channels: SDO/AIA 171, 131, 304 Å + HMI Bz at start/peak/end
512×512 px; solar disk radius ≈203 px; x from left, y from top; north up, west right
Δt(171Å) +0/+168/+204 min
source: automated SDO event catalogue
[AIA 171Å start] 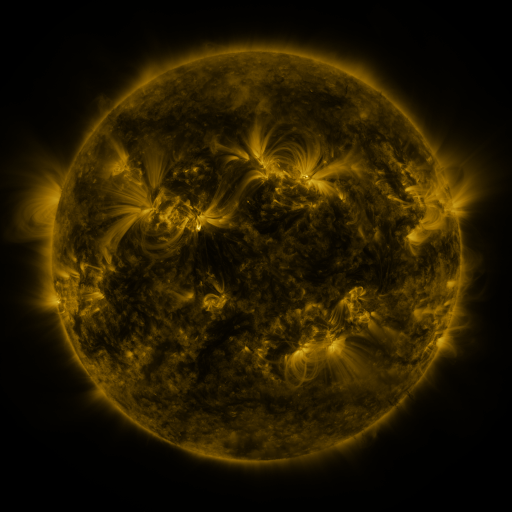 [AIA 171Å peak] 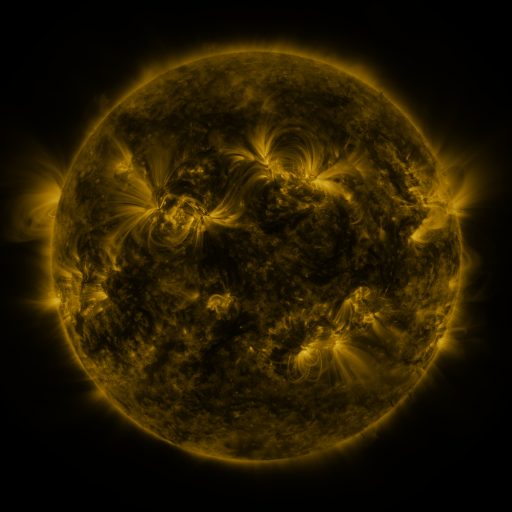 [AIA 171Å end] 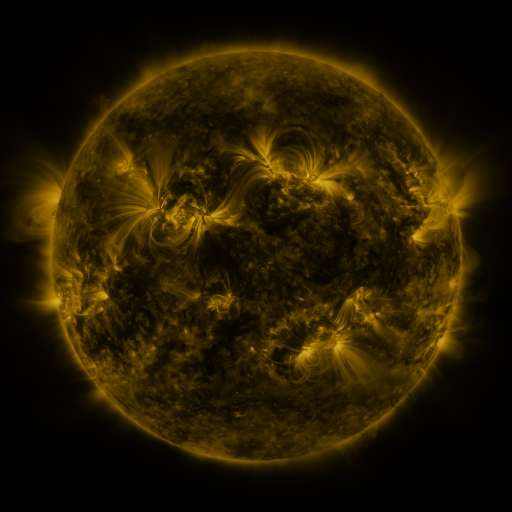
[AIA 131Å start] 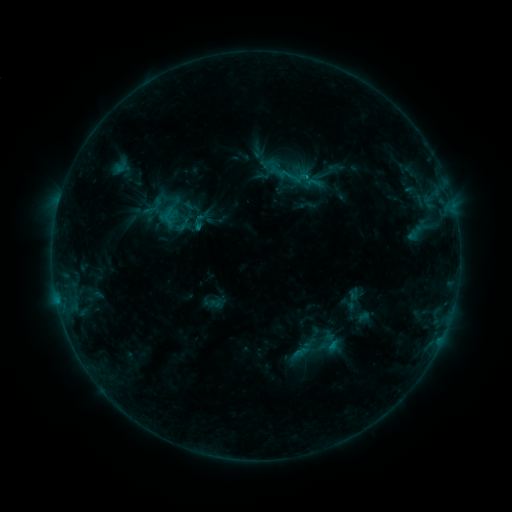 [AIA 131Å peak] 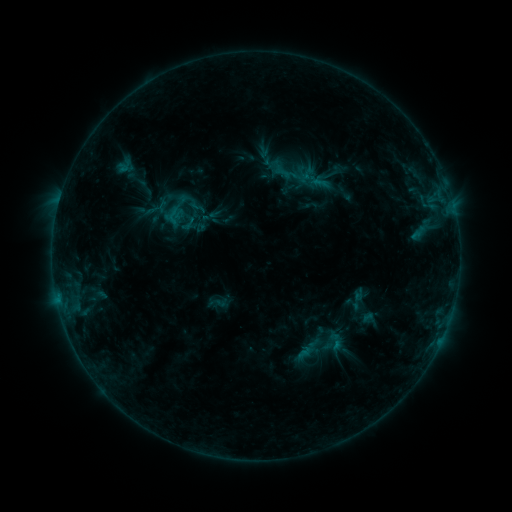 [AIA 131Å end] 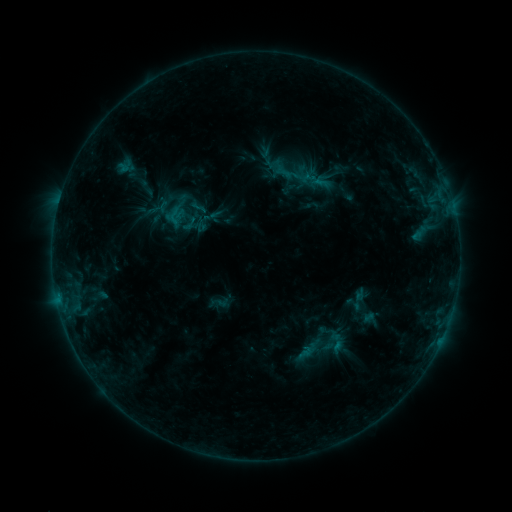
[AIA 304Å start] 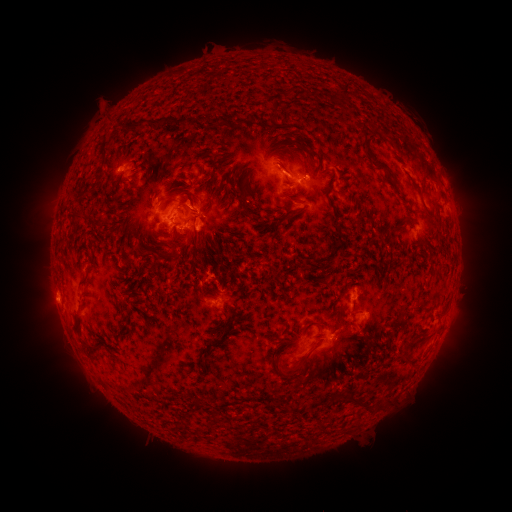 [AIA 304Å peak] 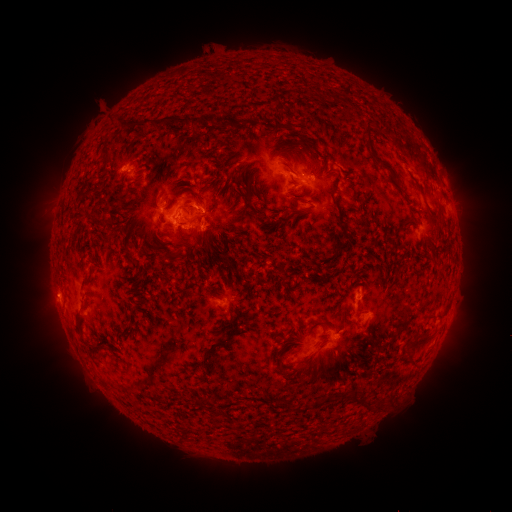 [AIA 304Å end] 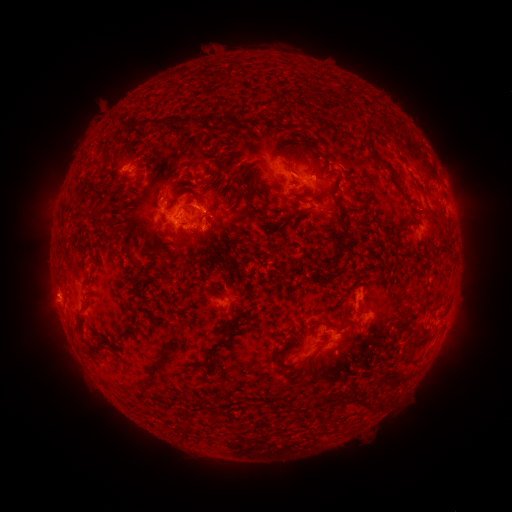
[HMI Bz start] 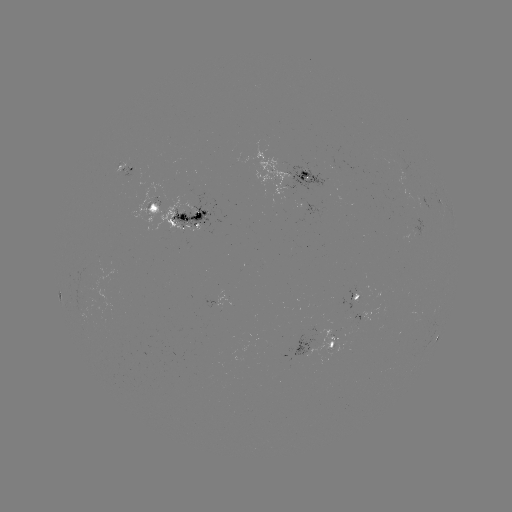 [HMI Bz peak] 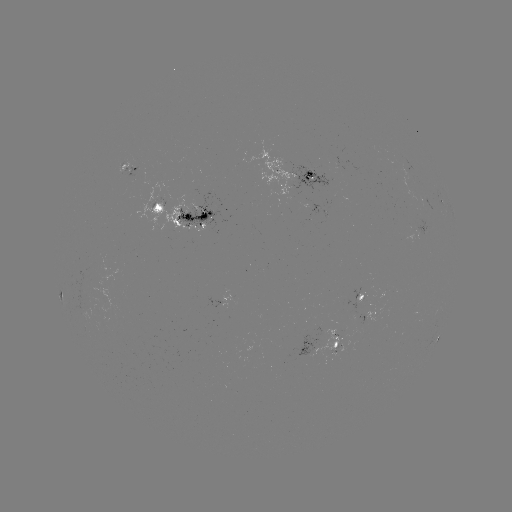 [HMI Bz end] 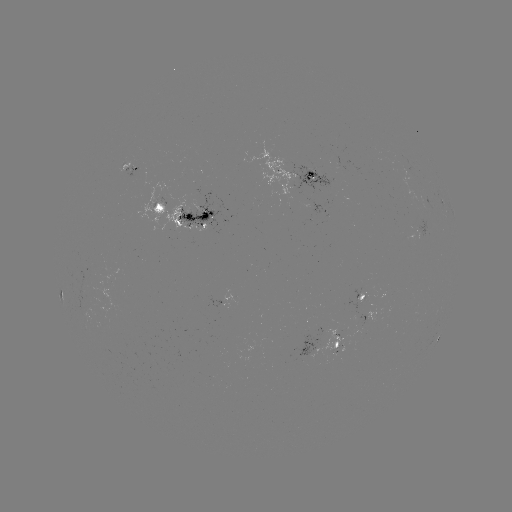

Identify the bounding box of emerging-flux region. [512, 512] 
[414, 219, 427, 239].